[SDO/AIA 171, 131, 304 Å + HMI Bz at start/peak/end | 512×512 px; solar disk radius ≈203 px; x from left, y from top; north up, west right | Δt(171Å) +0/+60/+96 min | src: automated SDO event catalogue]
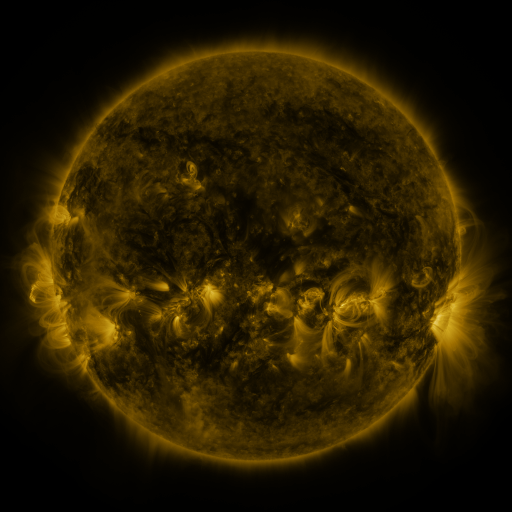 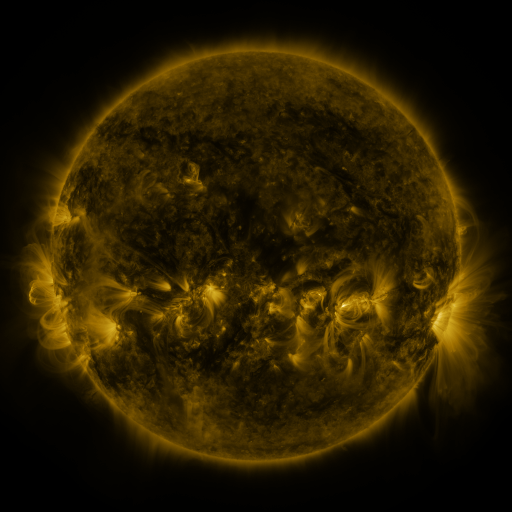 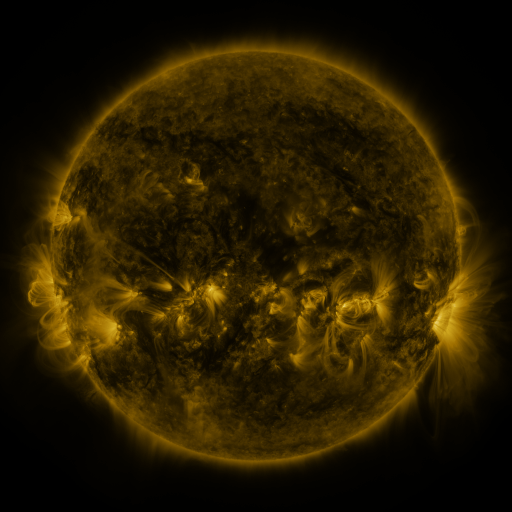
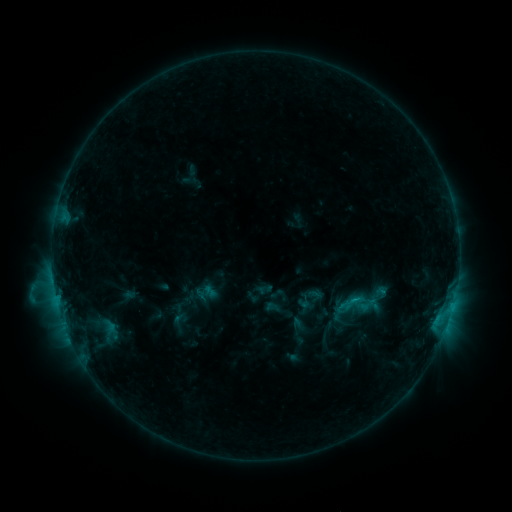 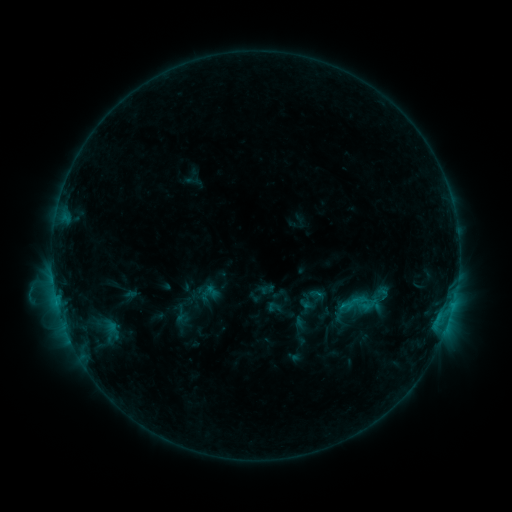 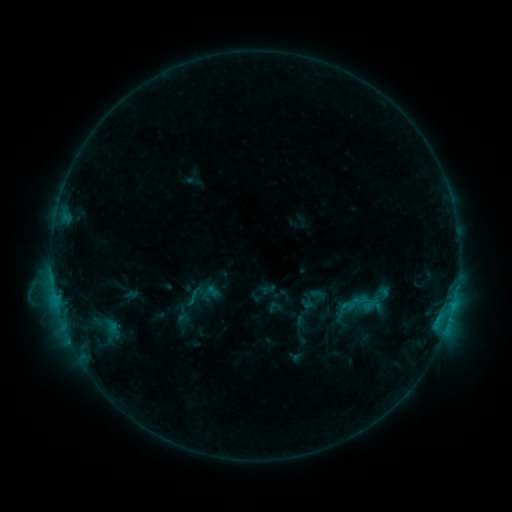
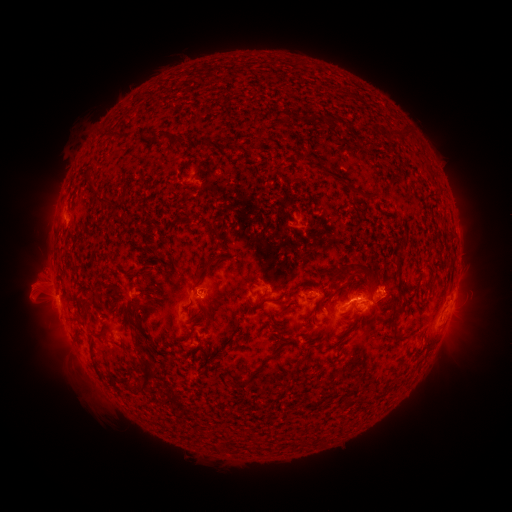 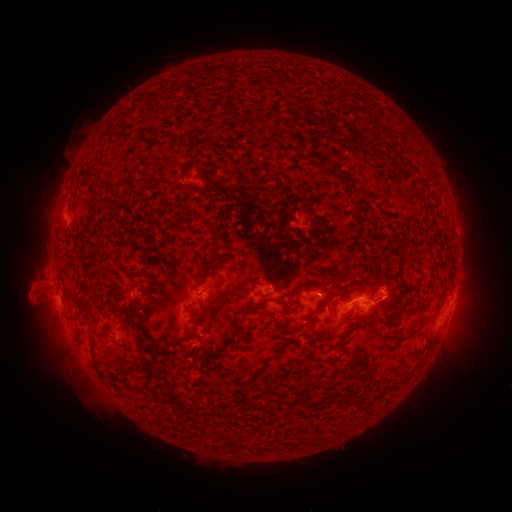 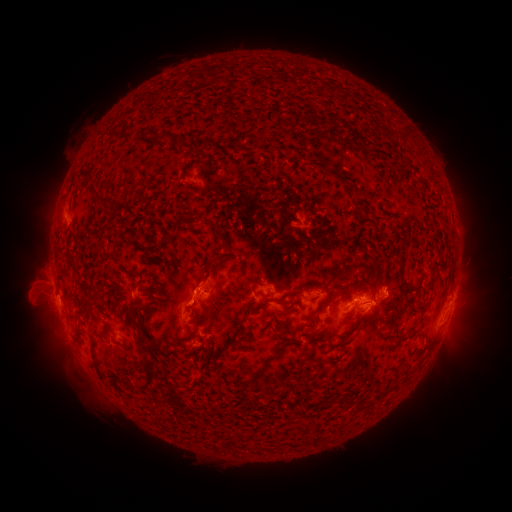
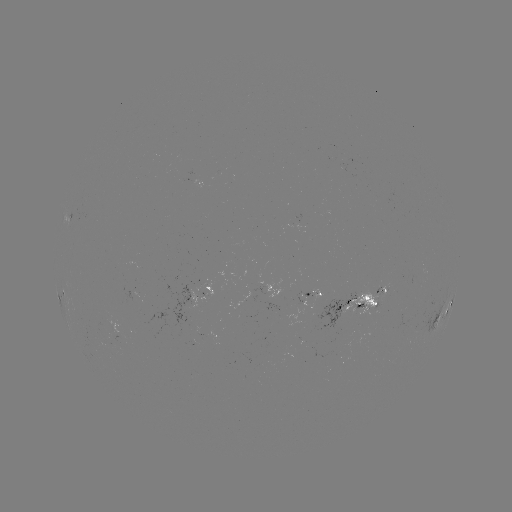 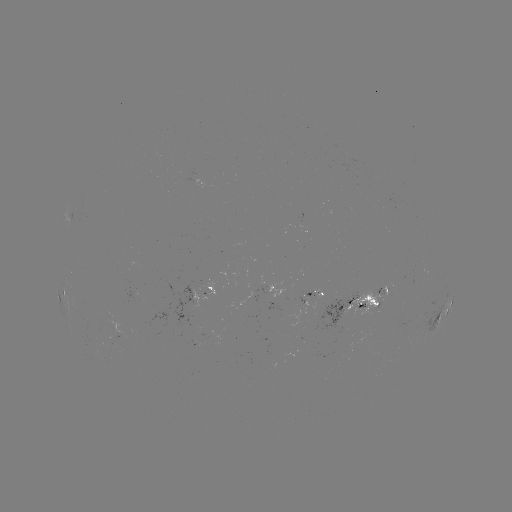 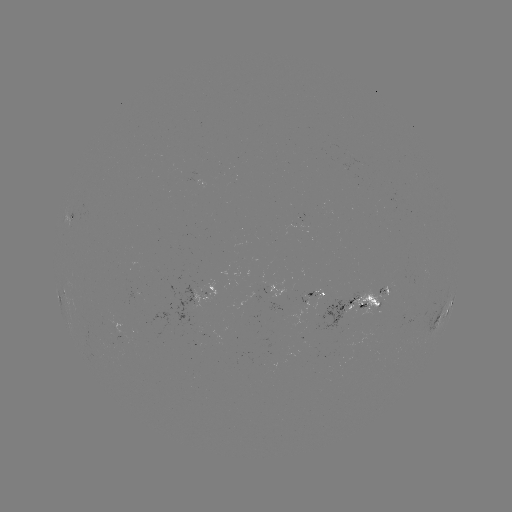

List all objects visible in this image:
emerging-flux region: (346, 338)
